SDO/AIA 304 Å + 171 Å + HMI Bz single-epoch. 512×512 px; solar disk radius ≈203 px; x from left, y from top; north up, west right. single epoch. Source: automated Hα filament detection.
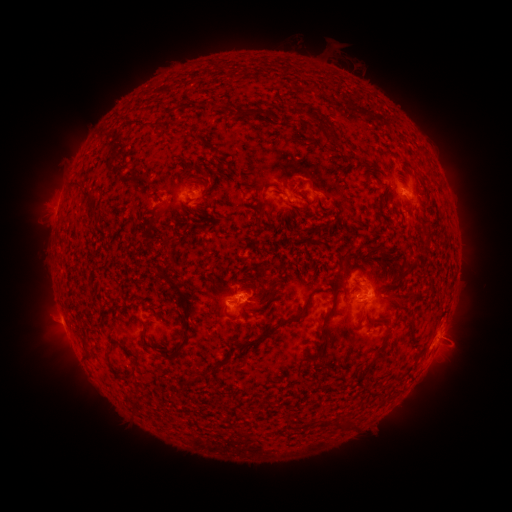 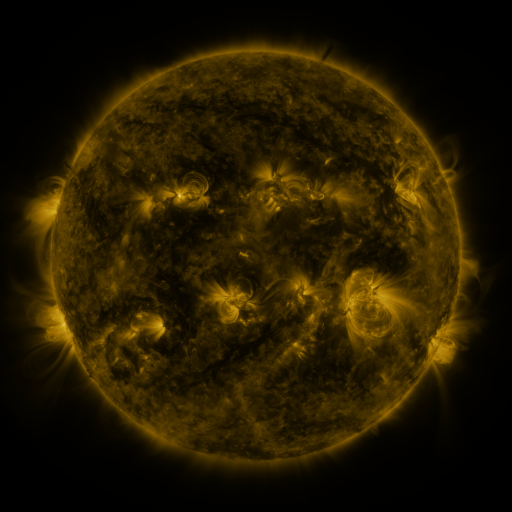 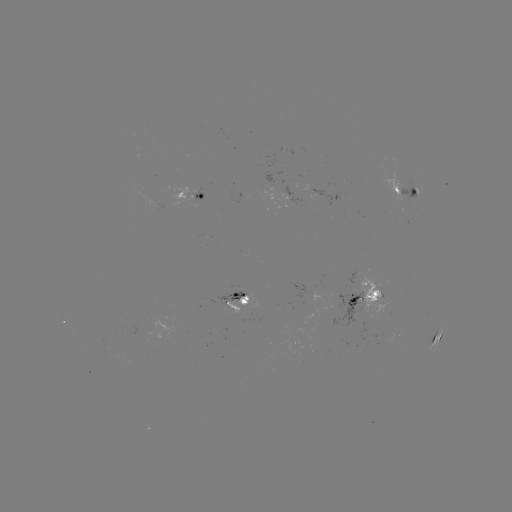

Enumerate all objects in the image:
filament: (256, 112)
filament: (319, 116)
filament: (205, 173)
filament: (75, 184)
filament: (258, 188)
filament: (209, 194)
filament: (326, 211)
filament: (166, 268)
filament: (100, 302)
filament: (400, 302)
filament: (287, 320)
filament: (323, 326)
filament: (187, 329)
filament: (143, 333)
filament: (412, 336)
filament: (109, 343)
filament: (126, 351)
filament: (88, 355)
filament: (377, 357)
filament: (123, 378)
filament: (189, 378)
filament: (332, 423)
